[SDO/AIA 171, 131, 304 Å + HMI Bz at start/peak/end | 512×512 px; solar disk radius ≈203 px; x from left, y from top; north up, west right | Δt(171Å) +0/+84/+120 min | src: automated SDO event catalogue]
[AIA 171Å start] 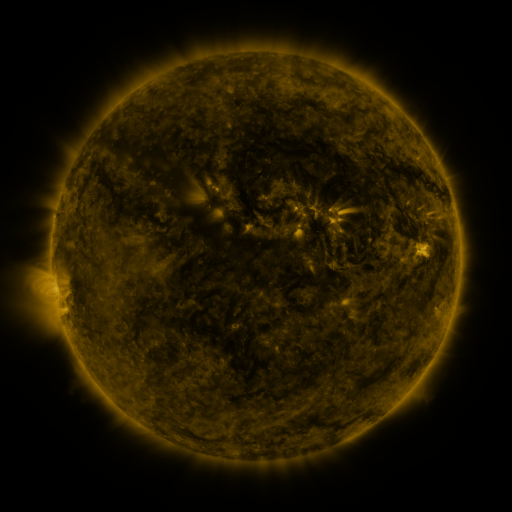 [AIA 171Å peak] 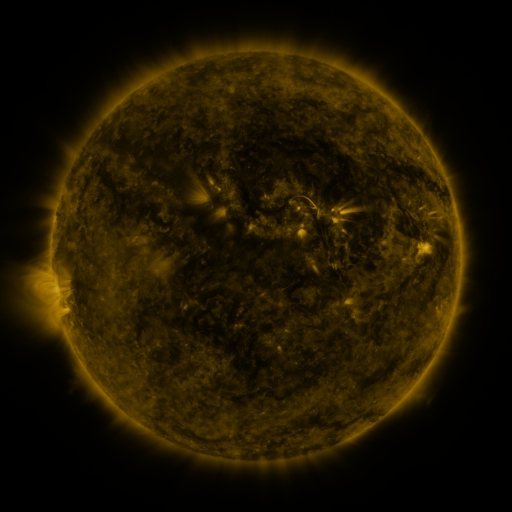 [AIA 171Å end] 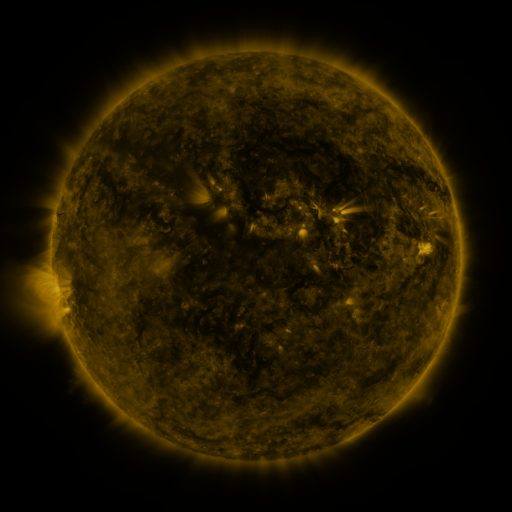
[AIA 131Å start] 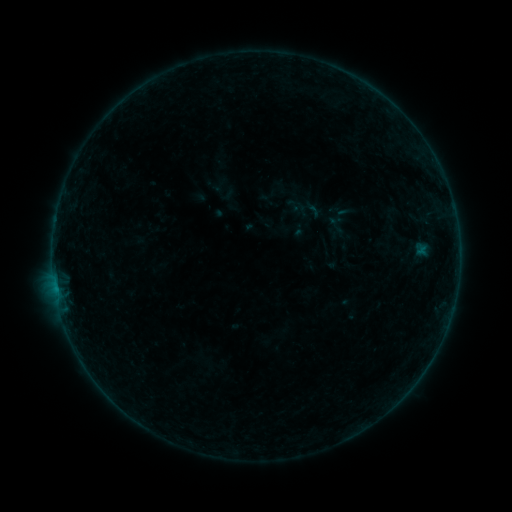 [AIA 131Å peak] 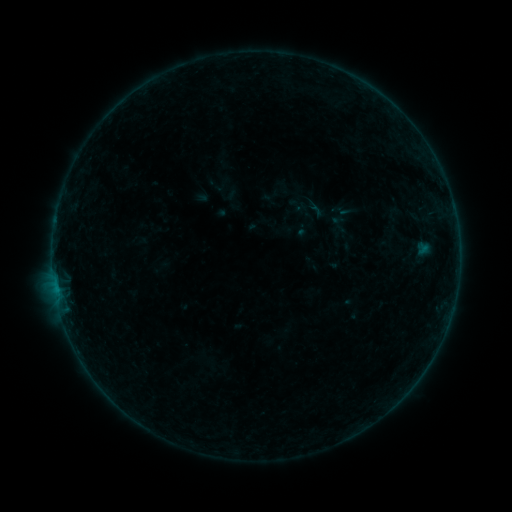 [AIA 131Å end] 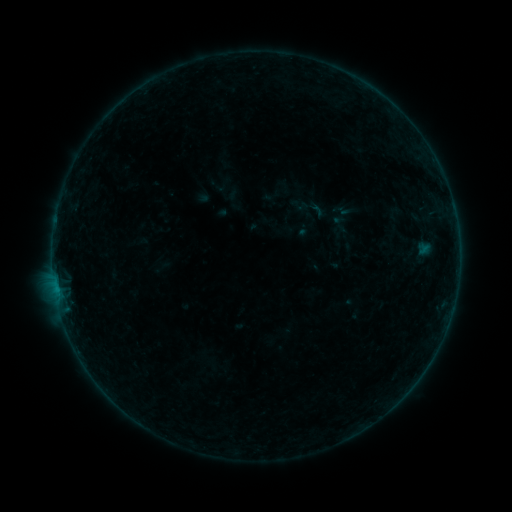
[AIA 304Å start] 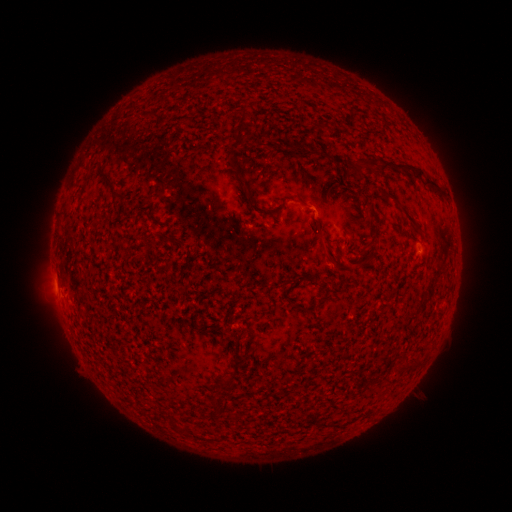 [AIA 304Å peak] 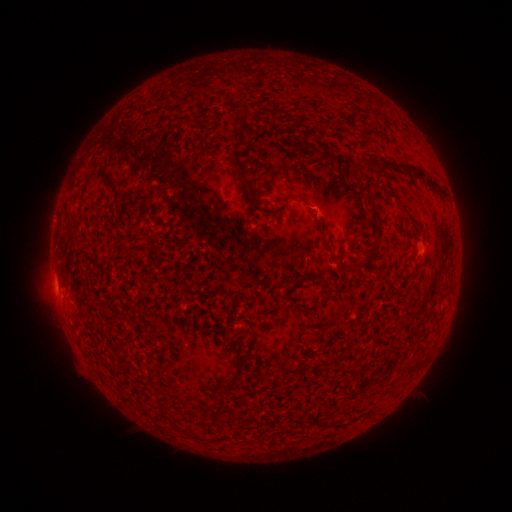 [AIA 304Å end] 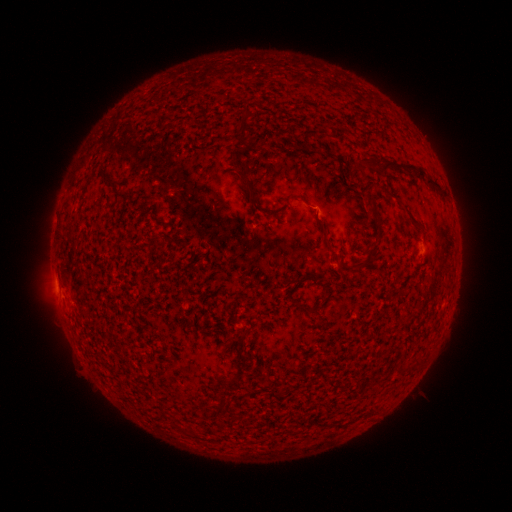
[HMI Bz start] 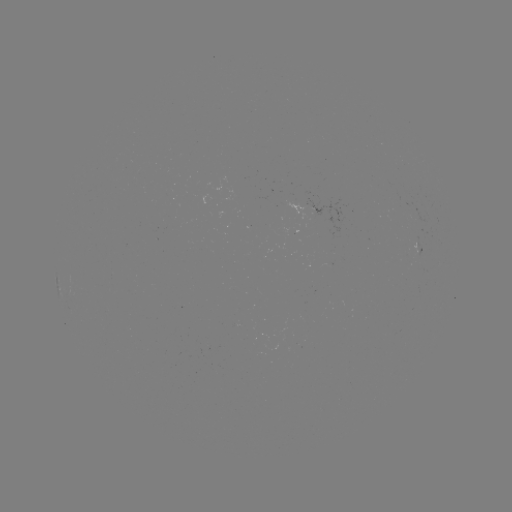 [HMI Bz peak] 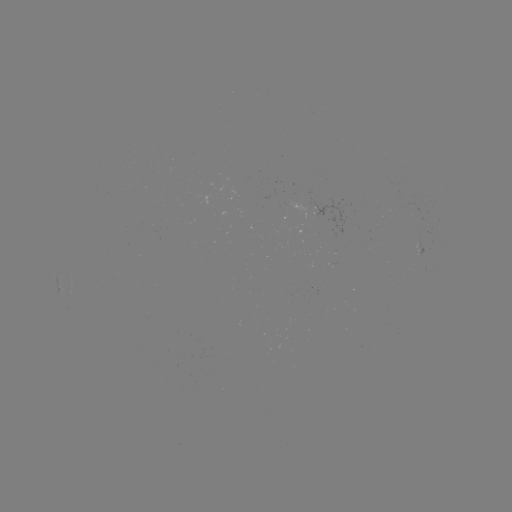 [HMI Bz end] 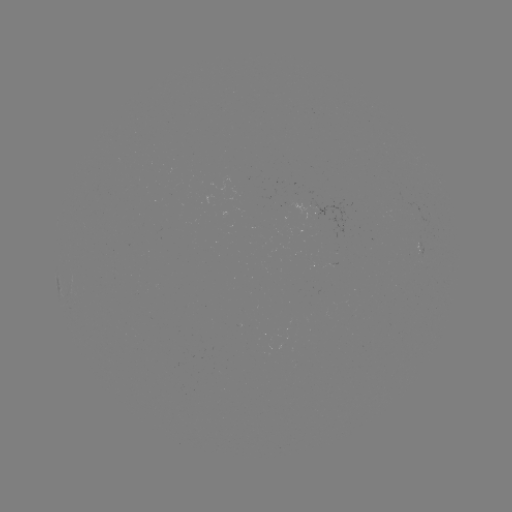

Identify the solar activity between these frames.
emerging-flux region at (424, 237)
